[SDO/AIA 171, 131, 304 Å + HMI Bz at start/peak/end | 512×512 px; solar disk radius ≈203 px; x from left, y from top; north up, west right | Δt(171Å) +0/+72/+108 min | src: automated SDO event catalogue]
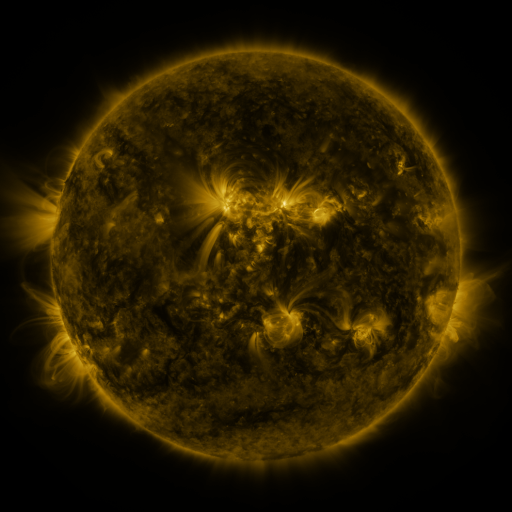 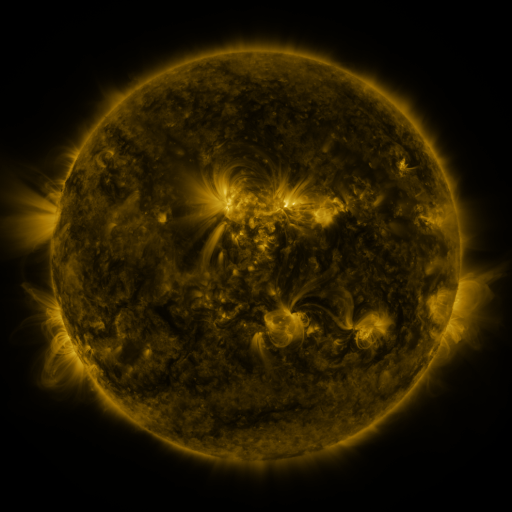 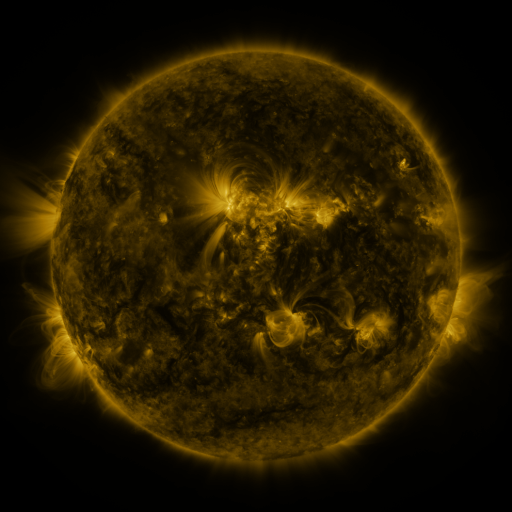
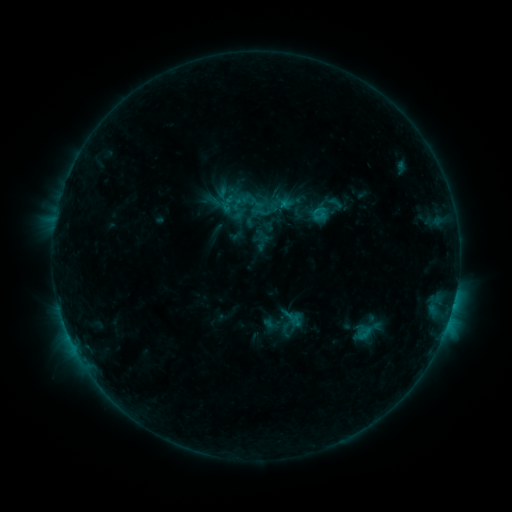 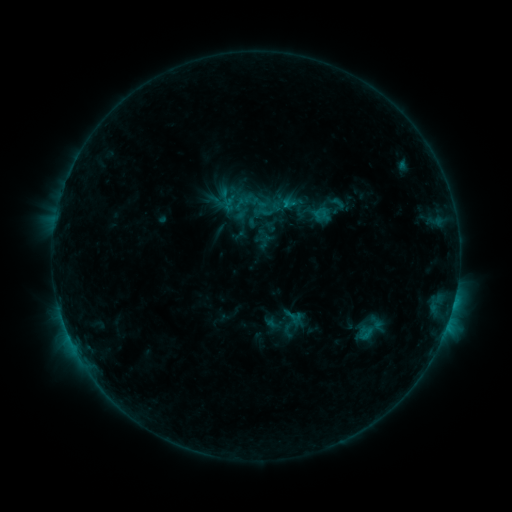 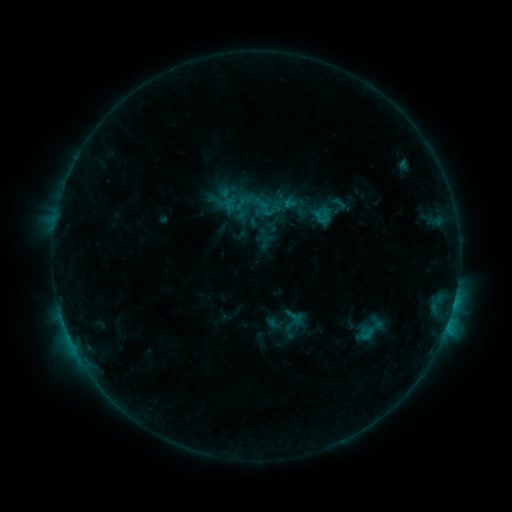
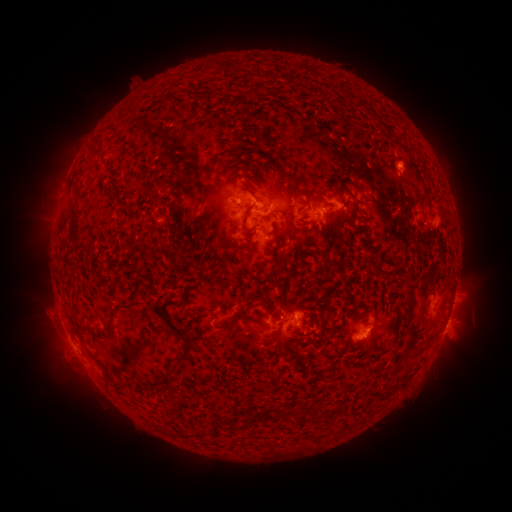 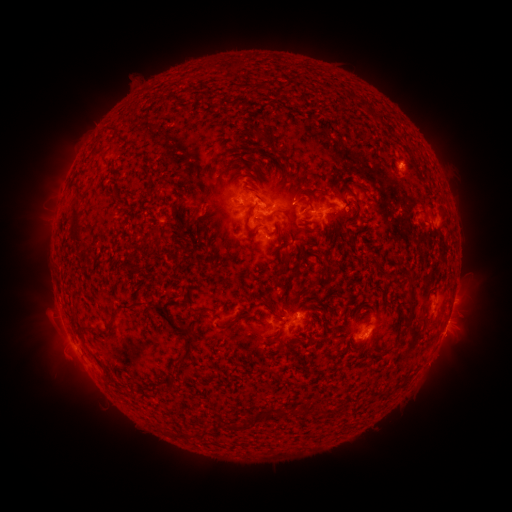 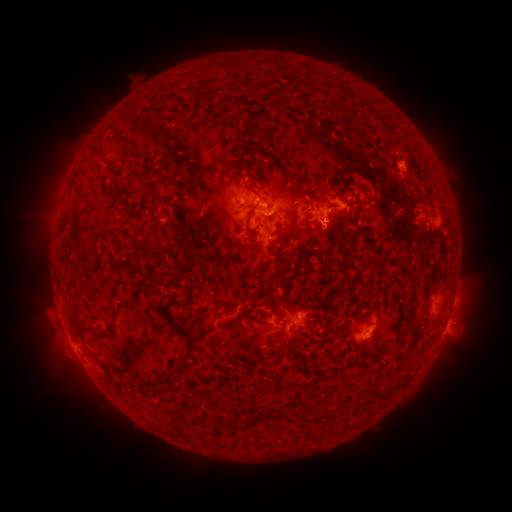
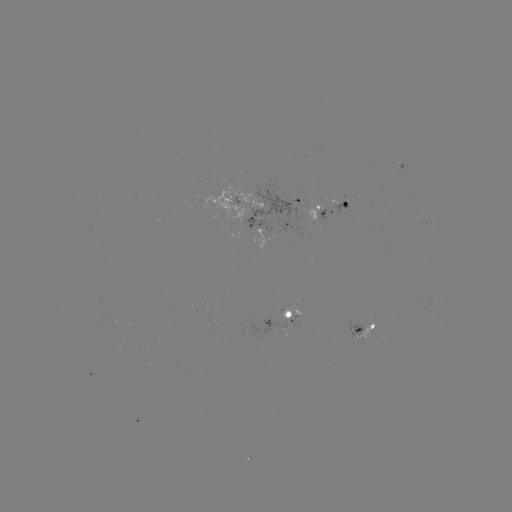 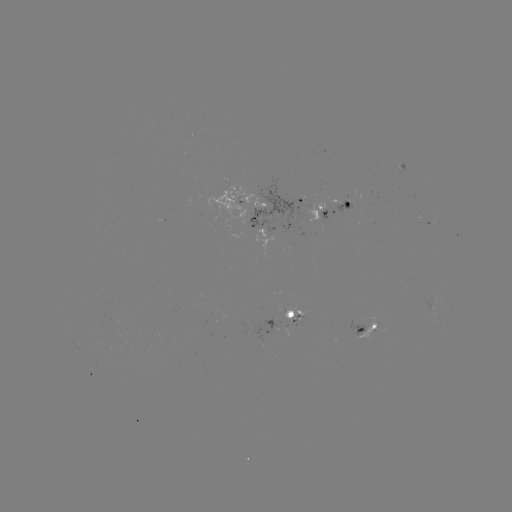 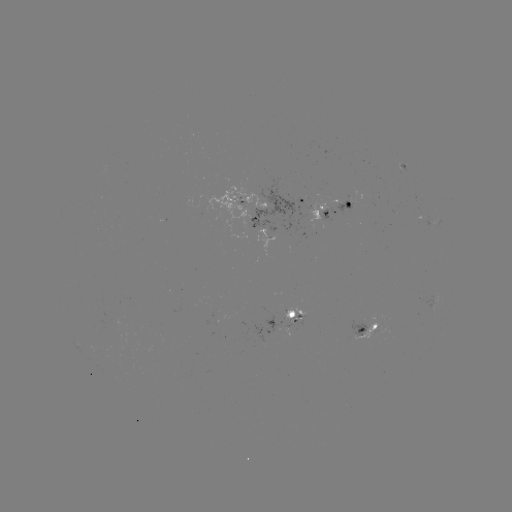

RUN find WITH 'emerging-flux region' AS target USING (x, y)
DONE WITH (288, 311) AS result